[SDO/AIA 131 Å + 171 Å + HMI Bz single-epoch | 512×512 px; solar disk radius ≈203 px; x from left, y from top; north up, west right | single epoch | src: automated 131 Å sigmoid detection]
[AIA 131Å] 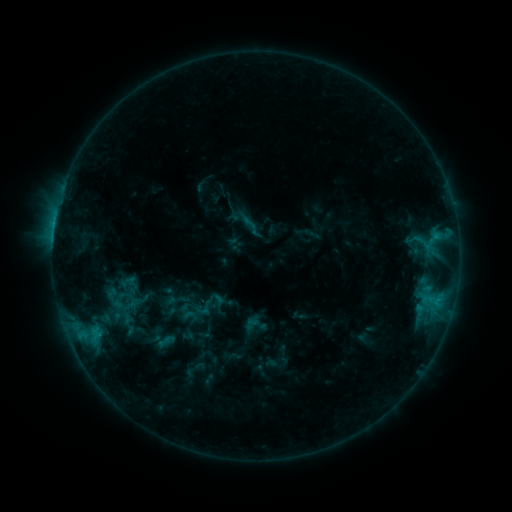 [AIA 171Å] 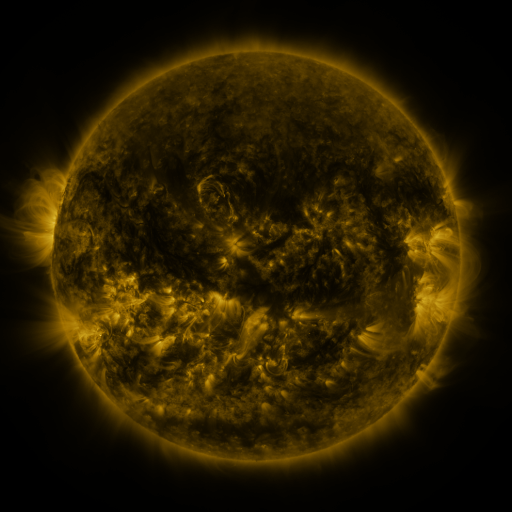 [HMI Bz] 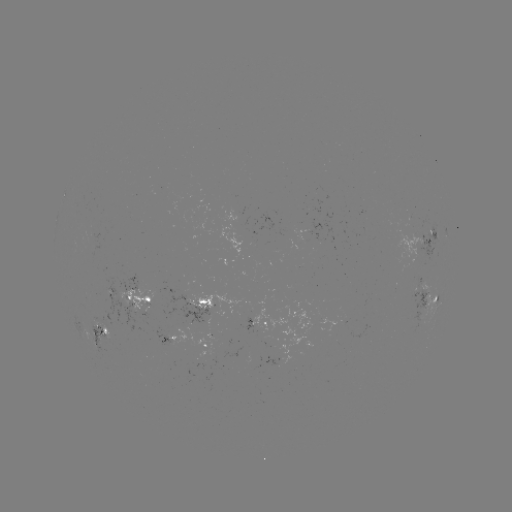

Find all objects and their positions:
sigmoid: (250, 223)
sigmoid: (198, 311)
